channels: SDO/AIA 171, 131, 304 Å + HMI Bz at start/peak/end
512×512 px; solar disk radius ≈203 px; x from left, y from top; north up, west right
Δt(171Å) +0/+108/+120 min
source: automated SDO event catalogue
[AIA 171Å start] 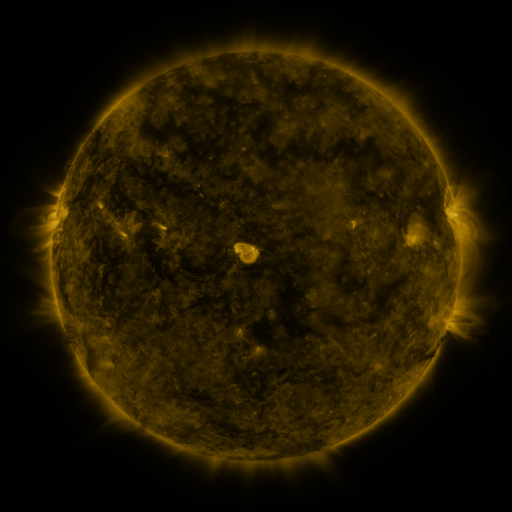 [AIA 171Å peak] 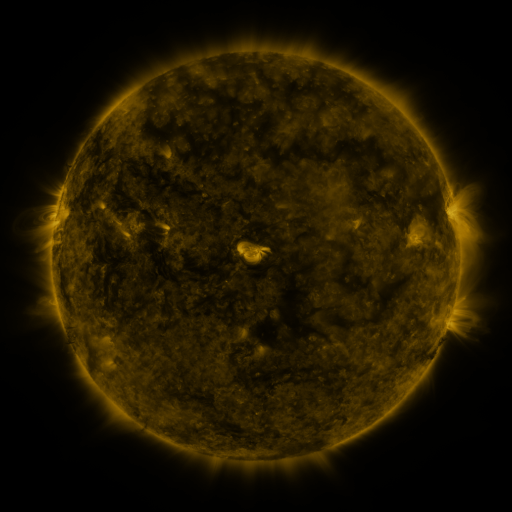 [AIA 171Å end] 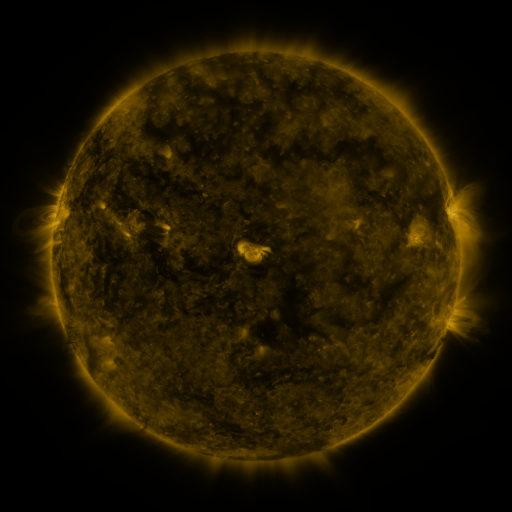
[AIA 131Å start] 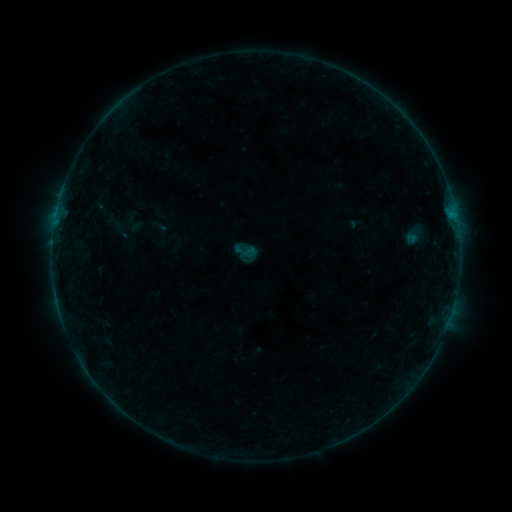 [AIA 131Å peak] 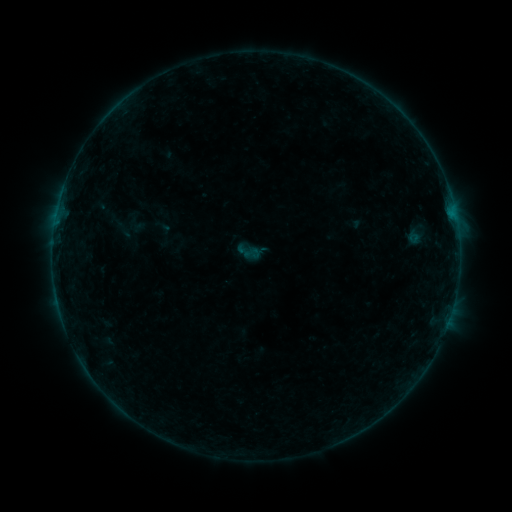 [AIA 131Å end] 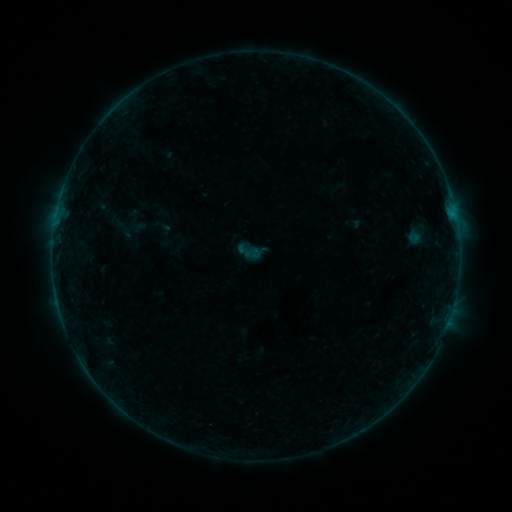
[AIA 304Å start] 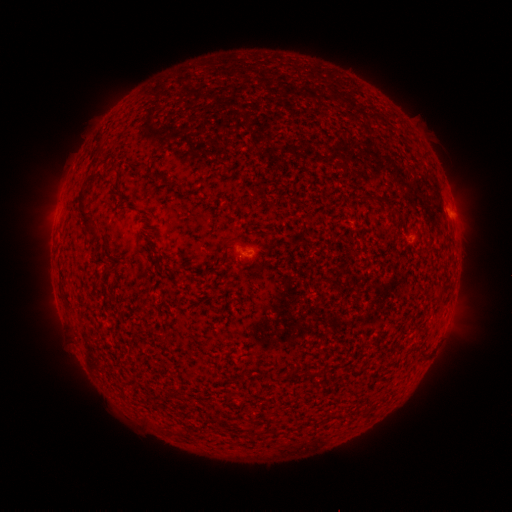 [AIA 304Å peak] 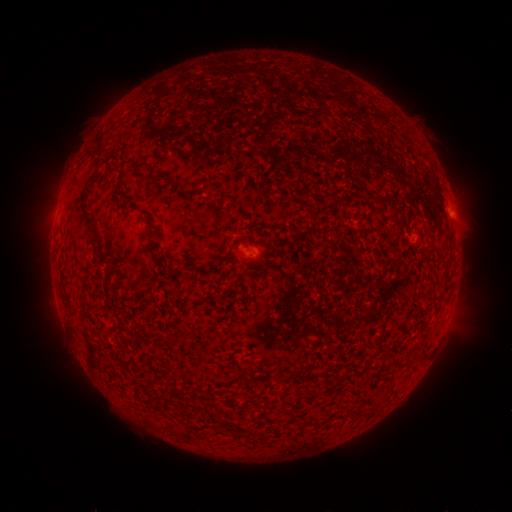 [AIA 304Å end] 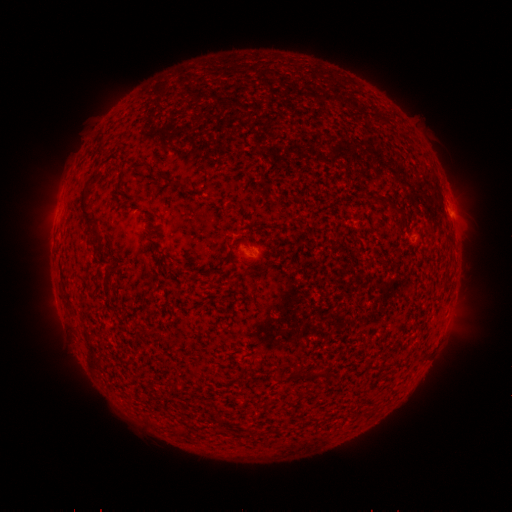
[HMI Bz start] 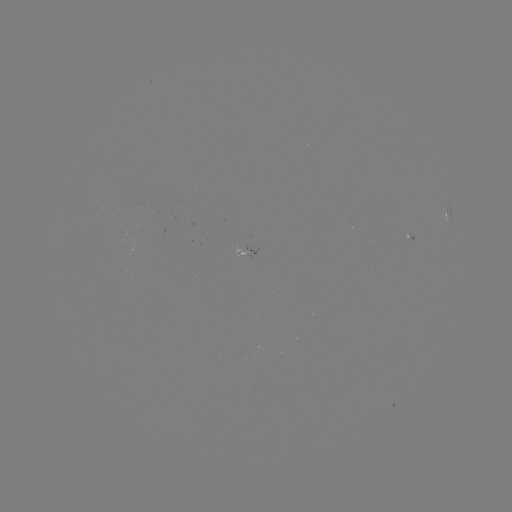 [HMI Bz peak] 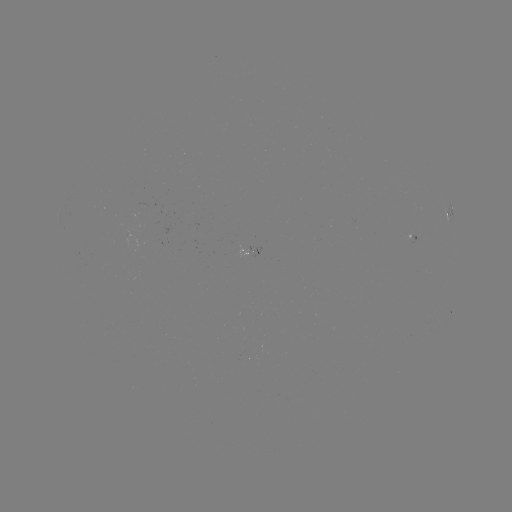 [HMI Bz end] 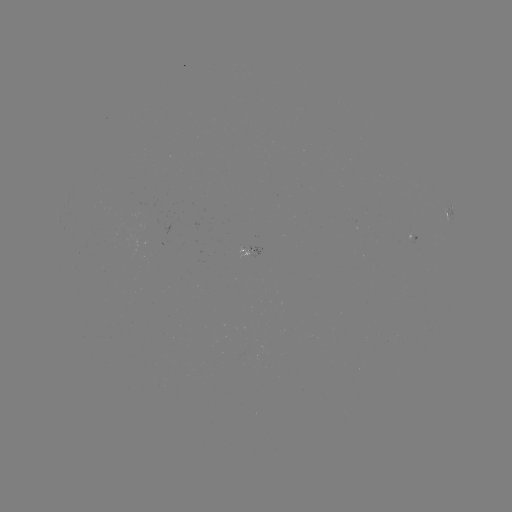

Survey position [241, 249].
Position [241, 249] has emerging-flux region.